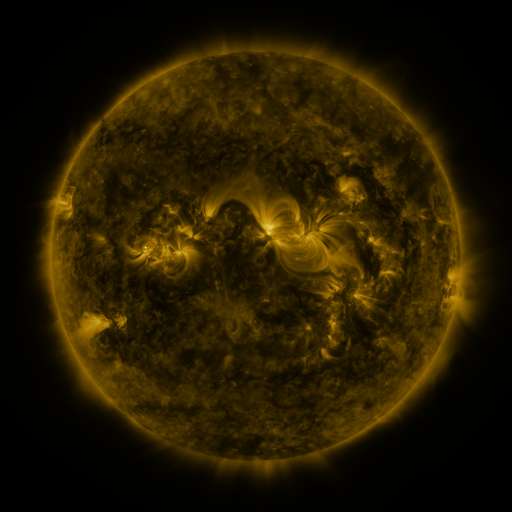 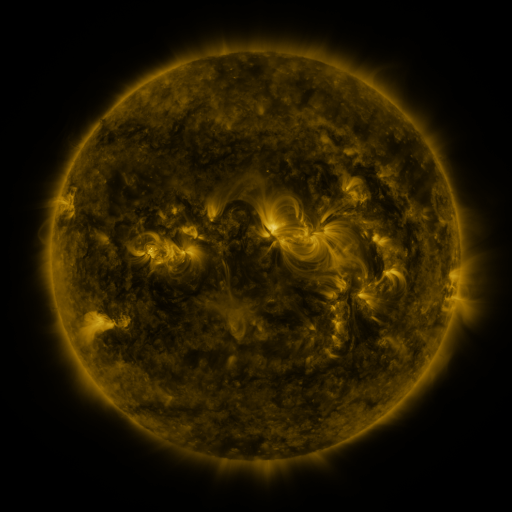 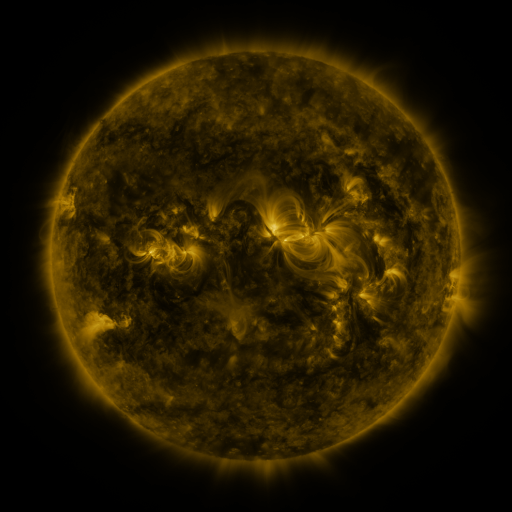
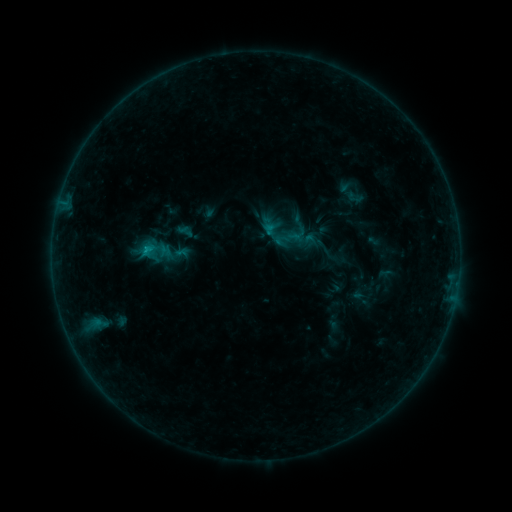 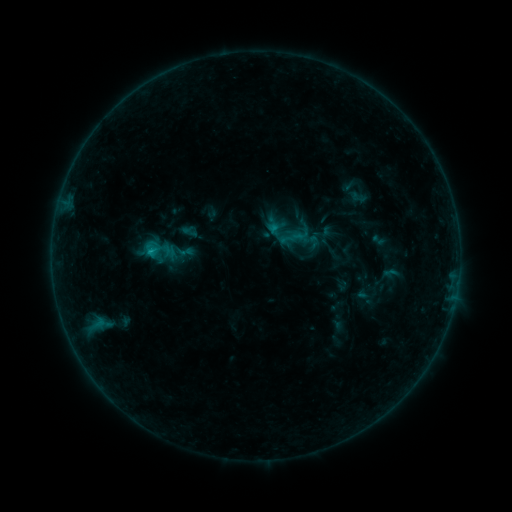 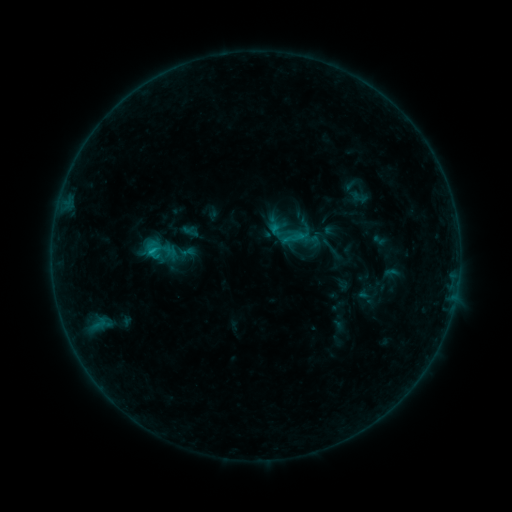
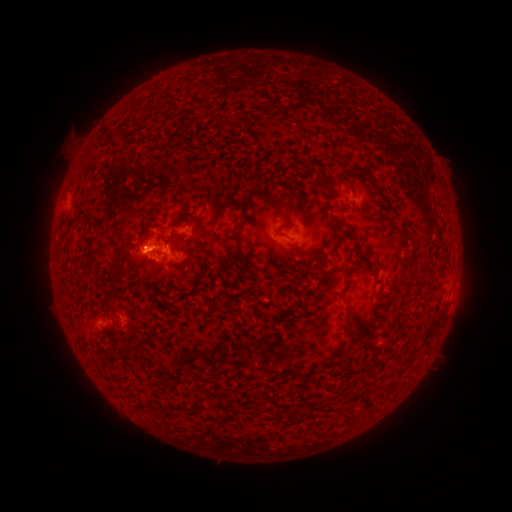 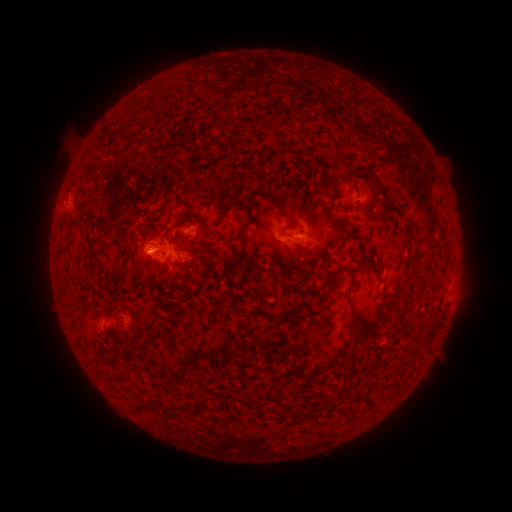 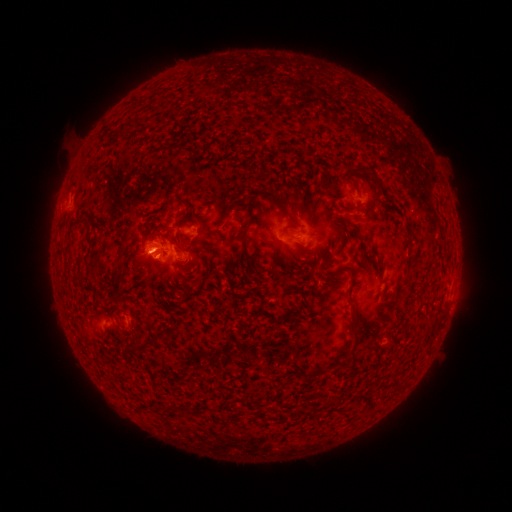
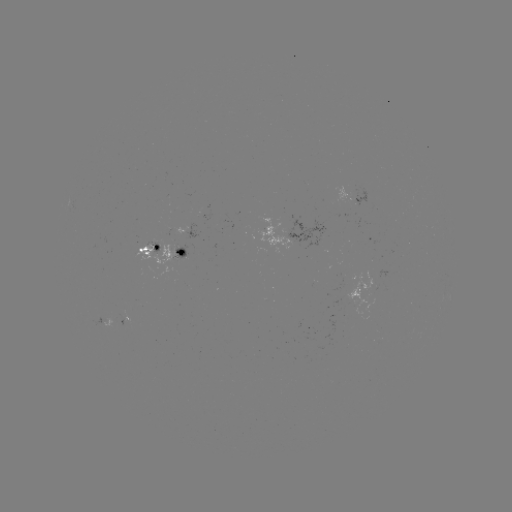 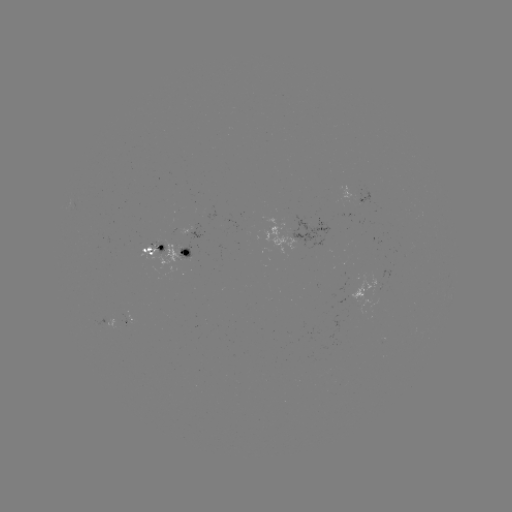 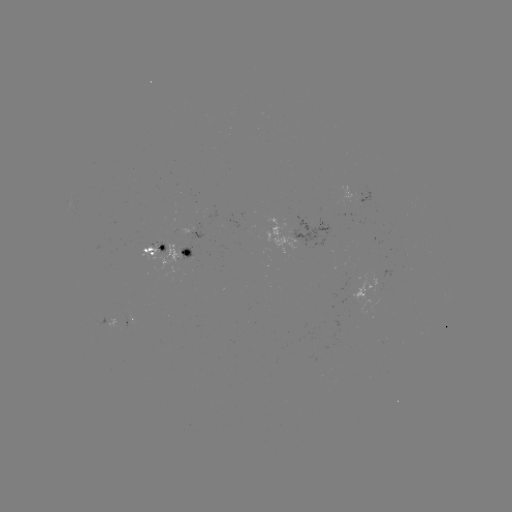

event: emerging-flux region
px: (187, 254)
